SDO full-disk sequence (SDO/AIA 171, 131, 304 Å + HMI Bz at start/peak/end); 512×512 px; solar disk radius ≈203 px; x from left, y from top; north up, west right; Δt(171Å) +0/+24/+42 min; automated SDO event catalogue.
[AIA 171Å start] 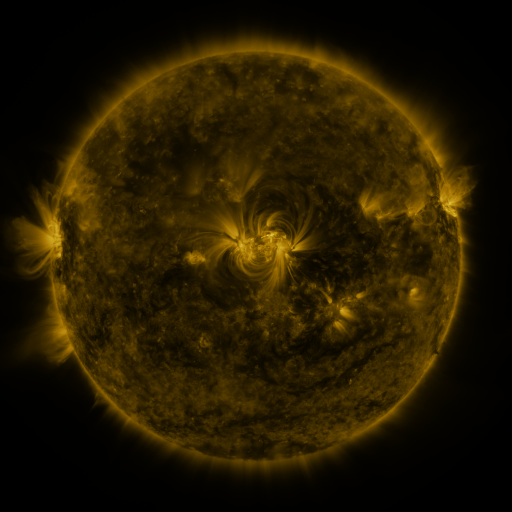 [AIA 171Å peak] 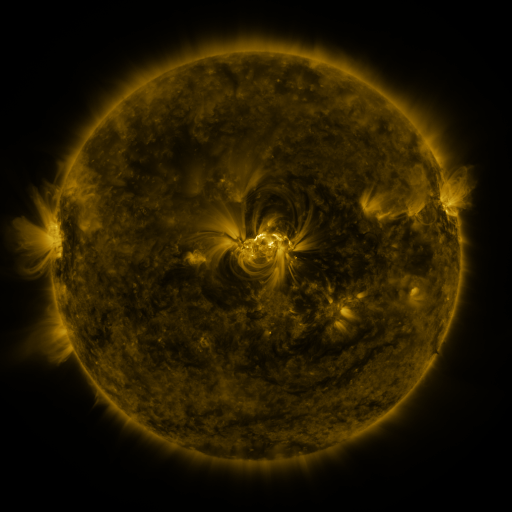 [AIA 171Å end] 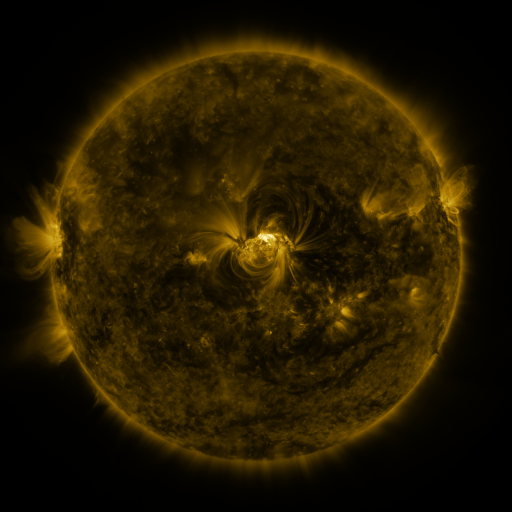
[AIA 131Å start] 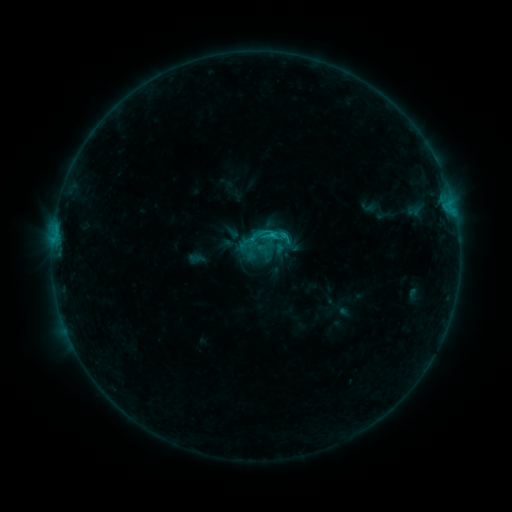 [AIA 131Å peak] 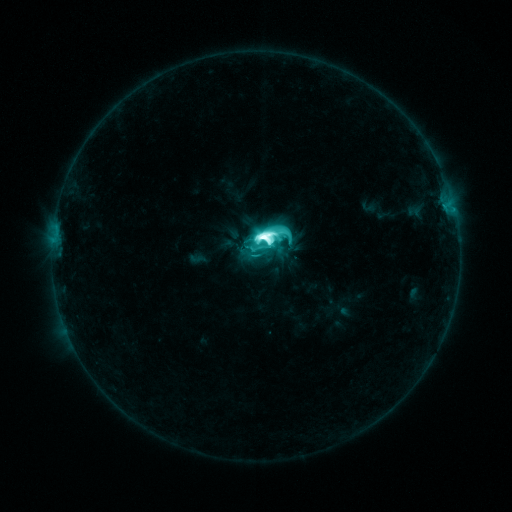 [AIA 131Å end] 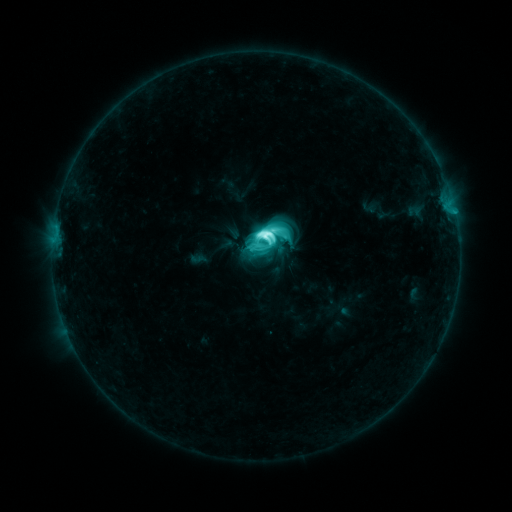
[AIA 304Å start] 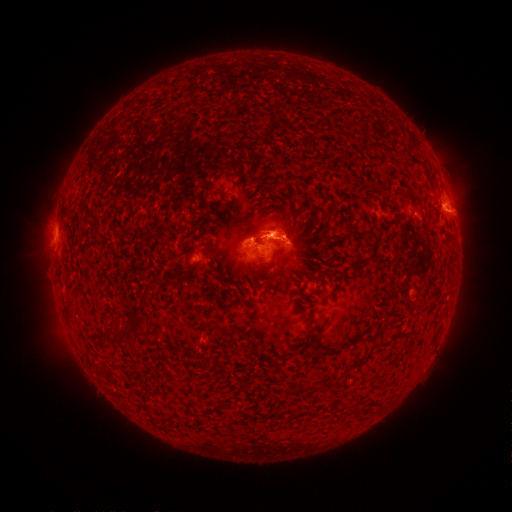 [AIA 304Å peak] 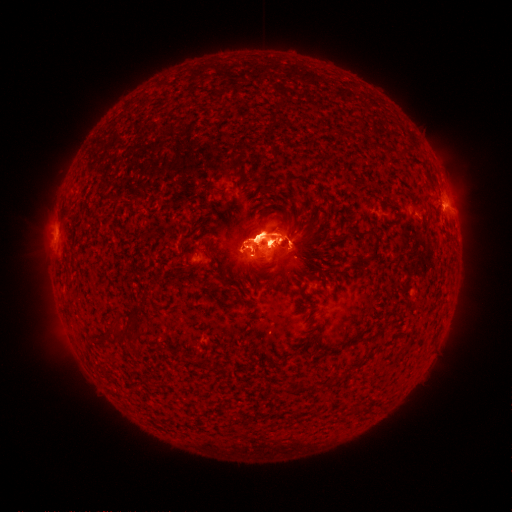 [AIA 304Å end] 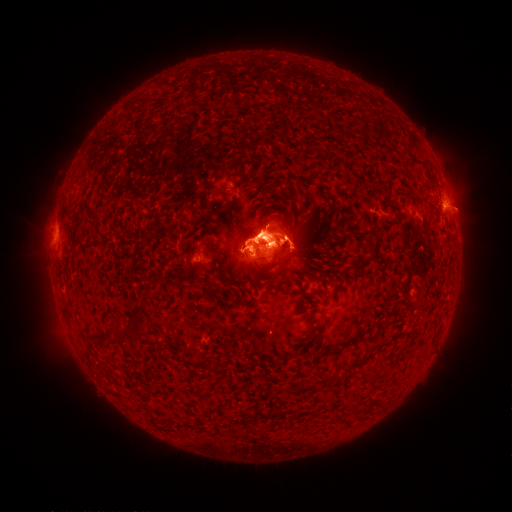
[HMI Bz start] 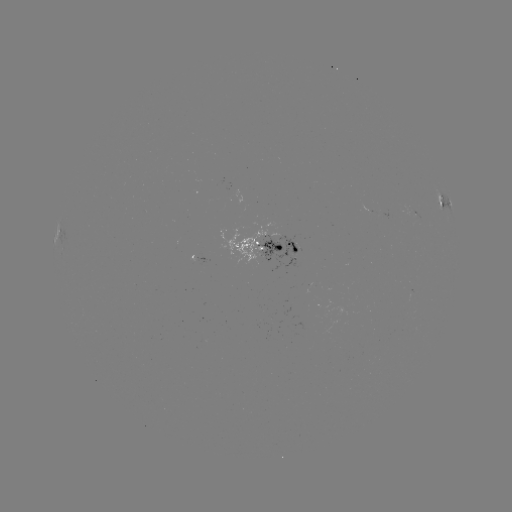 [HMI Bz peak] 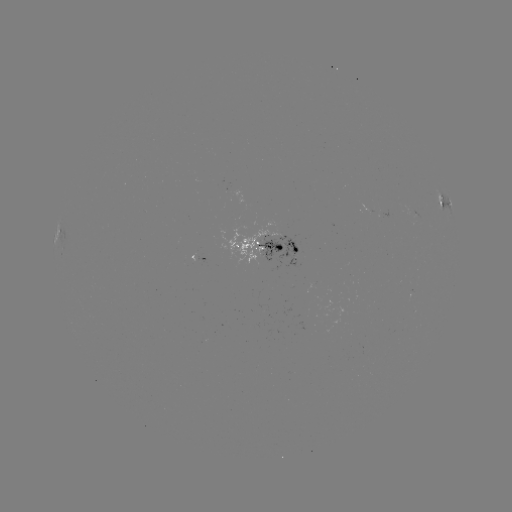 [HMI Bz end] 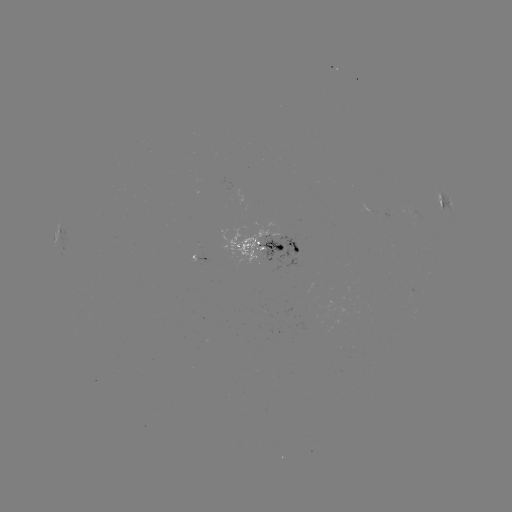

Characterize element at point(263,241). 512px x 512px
M3.7 flare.